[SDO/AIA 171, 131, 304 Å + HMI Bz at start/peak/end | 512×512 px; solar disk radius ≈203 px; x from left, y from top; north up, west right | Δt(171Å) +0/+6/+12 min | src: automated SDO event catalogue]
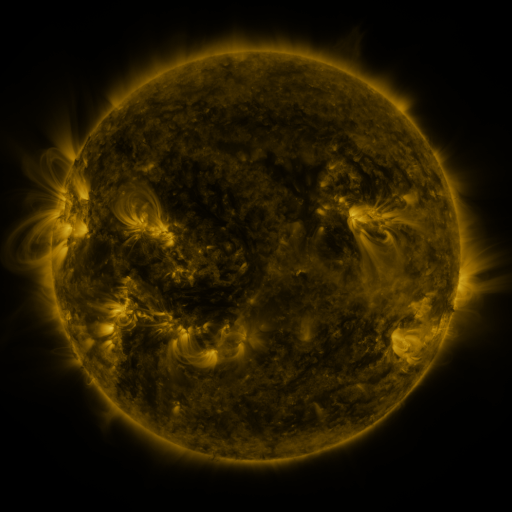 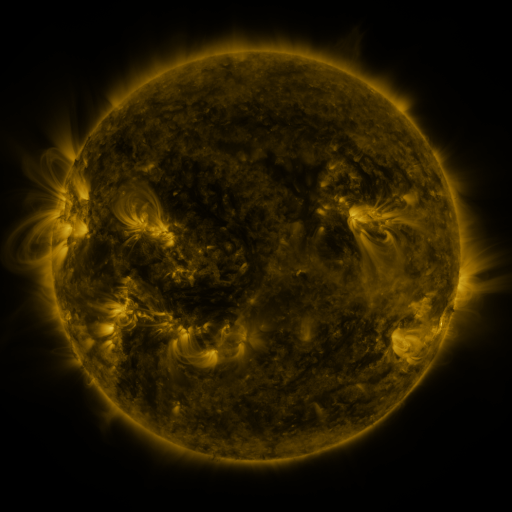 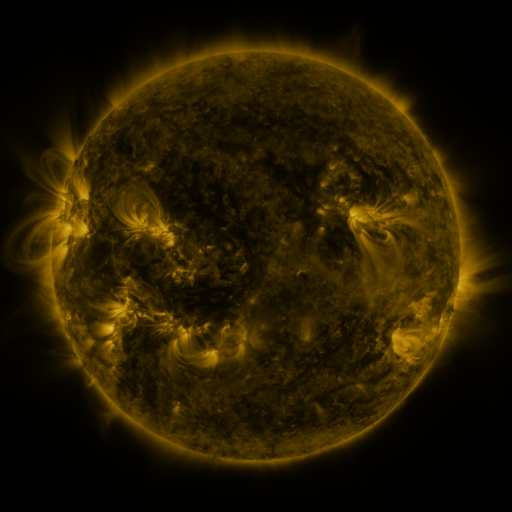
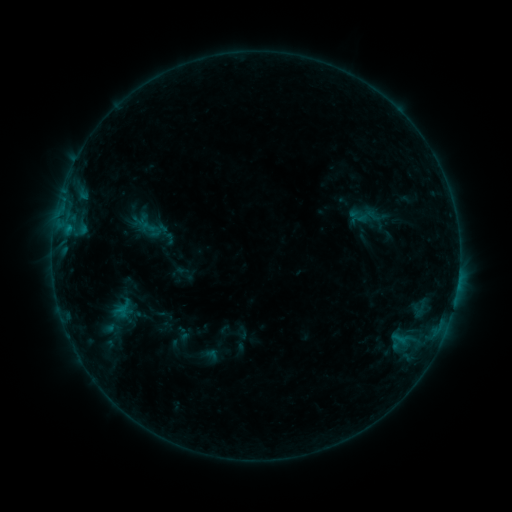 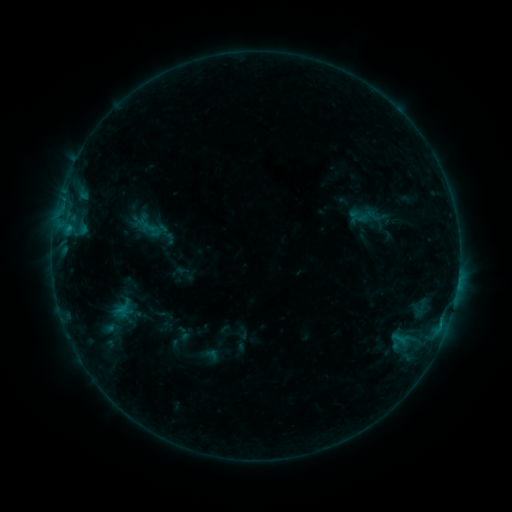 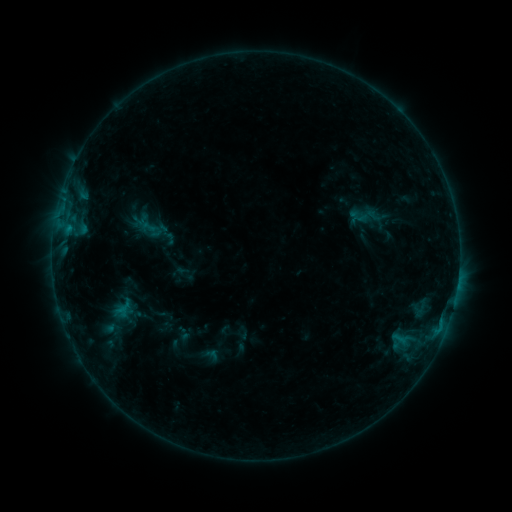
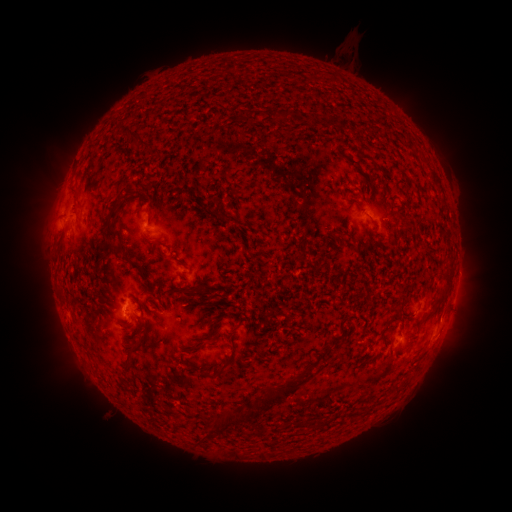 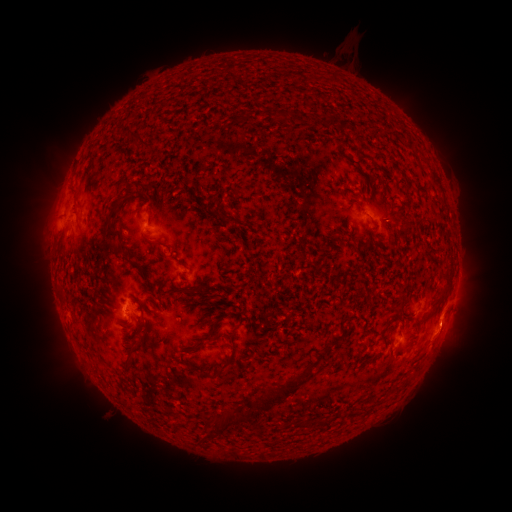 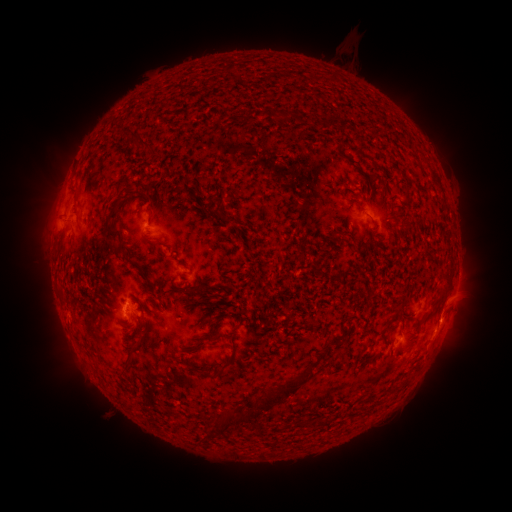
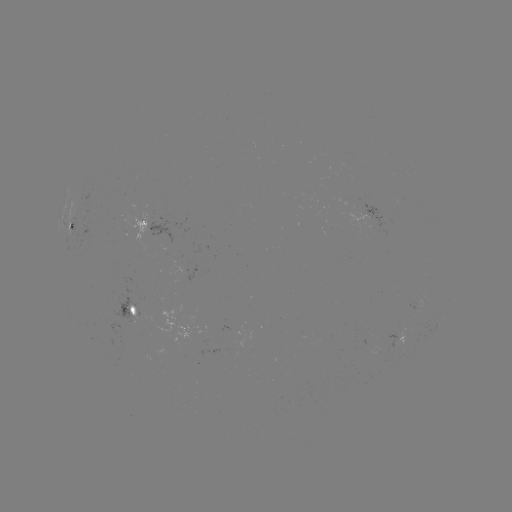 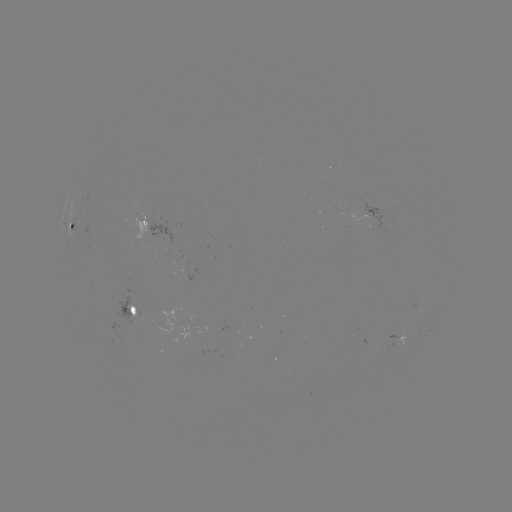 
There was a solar eruption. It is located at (441, 354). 